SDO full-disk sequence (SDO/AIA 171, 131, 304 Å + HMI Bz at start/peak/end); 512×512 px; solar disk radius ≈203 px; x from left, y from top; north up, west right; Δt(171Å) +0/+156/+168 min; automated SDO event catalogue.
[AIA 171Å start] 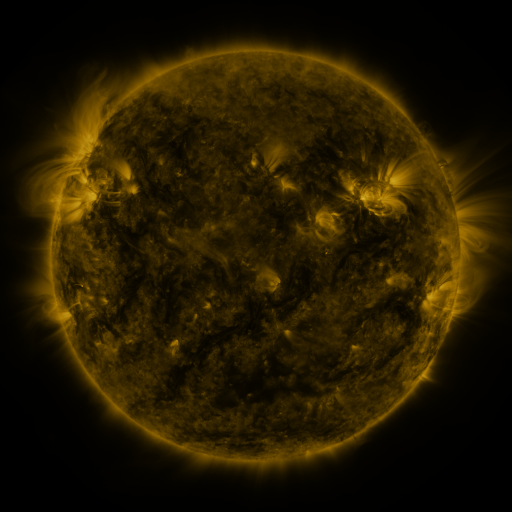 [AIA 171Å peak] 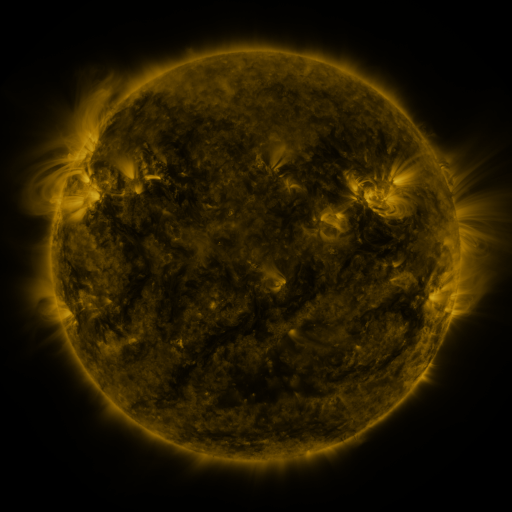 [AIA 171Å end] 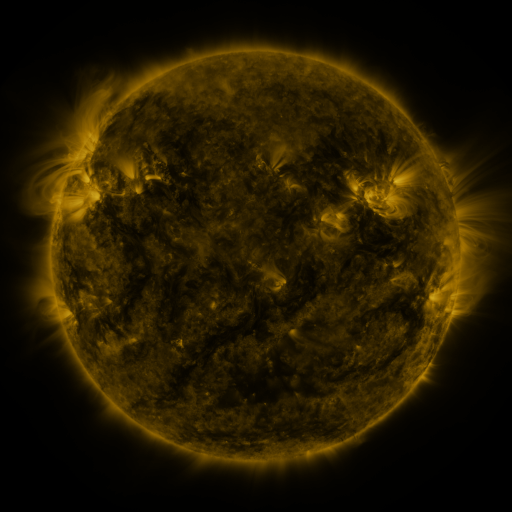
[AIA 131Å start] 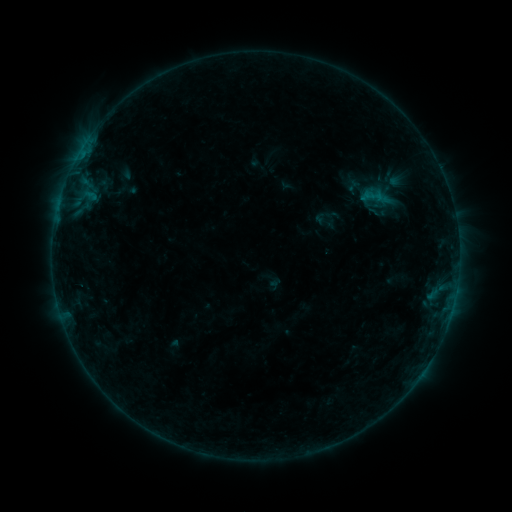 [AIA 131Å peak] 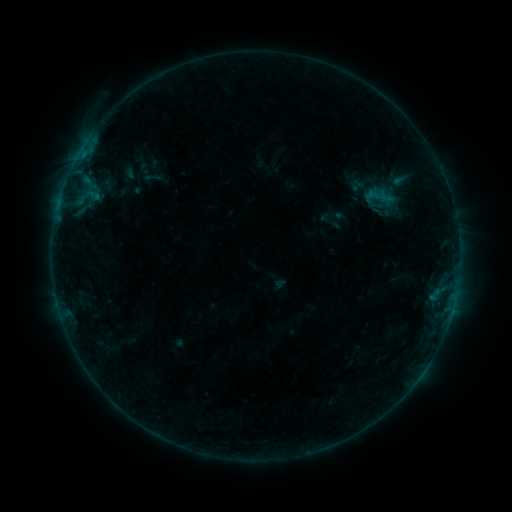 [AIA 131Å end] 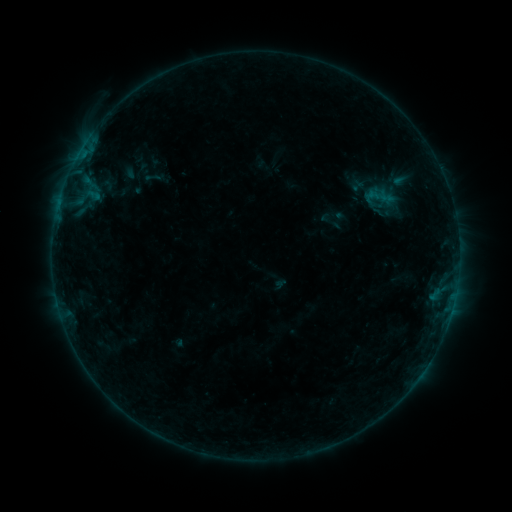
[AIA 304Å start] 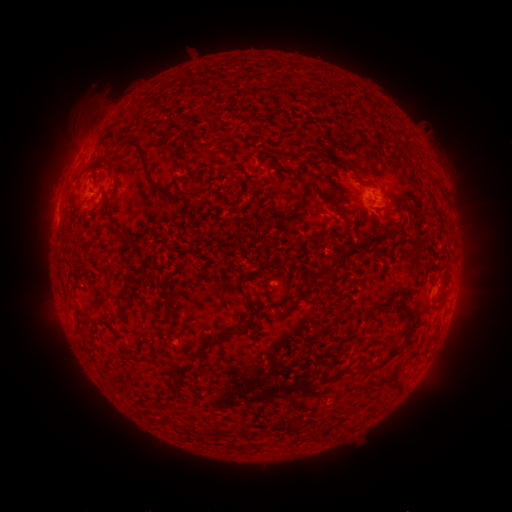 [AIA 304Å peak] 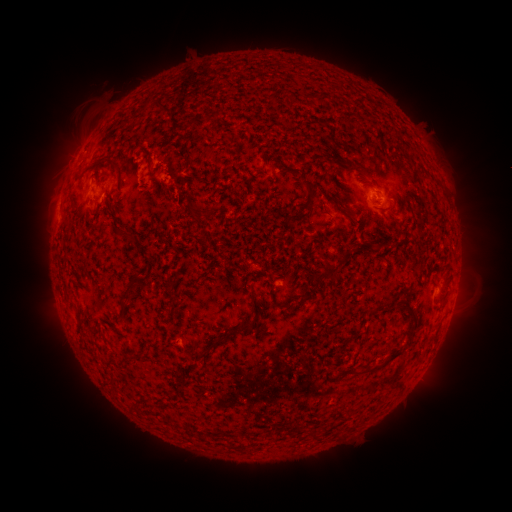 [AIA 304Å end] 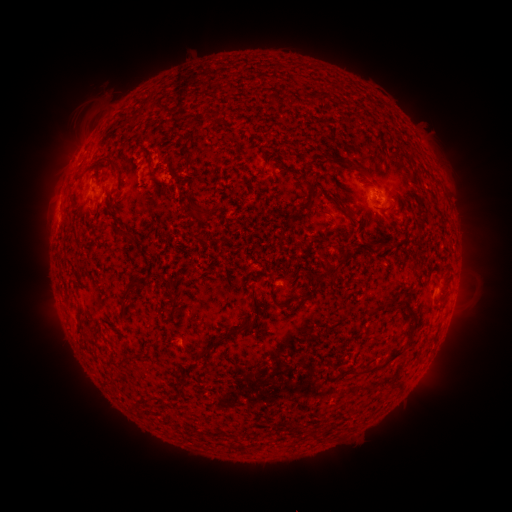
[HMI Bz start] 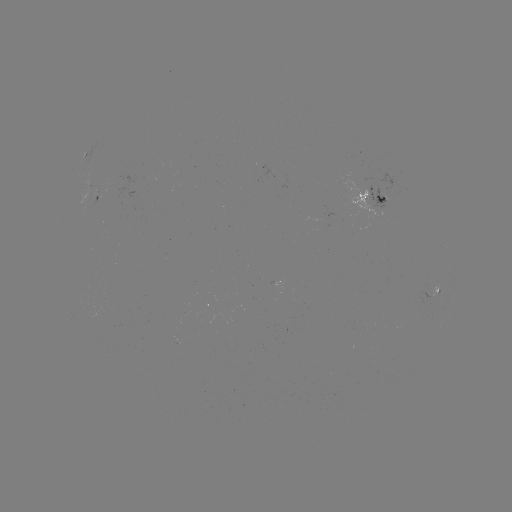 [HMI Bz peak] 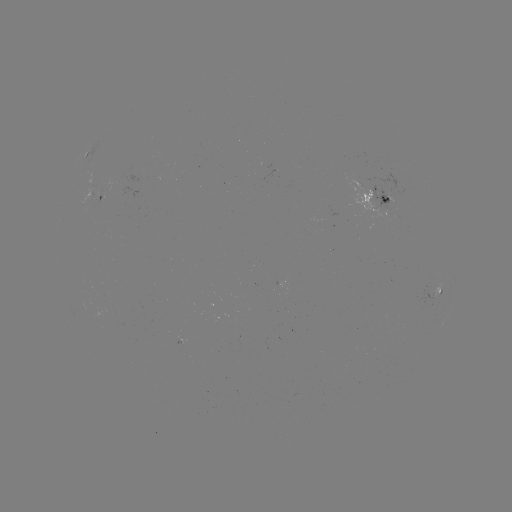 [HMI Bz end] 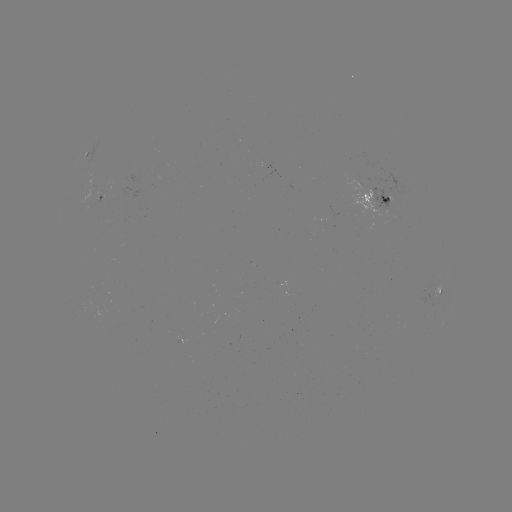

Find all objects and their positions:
emerging-flux region: (90, 207)
